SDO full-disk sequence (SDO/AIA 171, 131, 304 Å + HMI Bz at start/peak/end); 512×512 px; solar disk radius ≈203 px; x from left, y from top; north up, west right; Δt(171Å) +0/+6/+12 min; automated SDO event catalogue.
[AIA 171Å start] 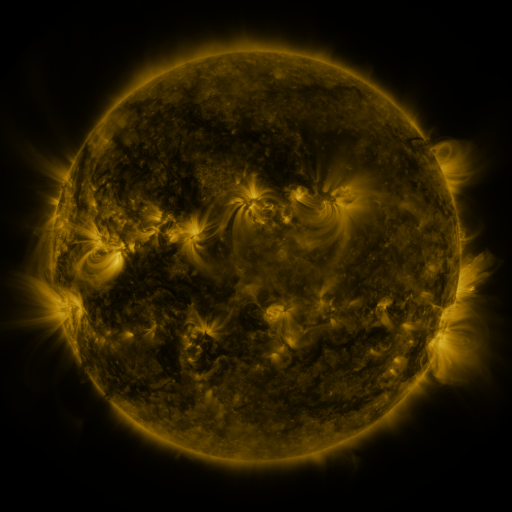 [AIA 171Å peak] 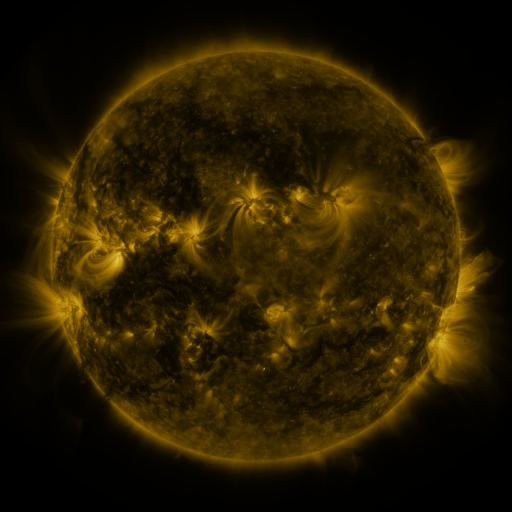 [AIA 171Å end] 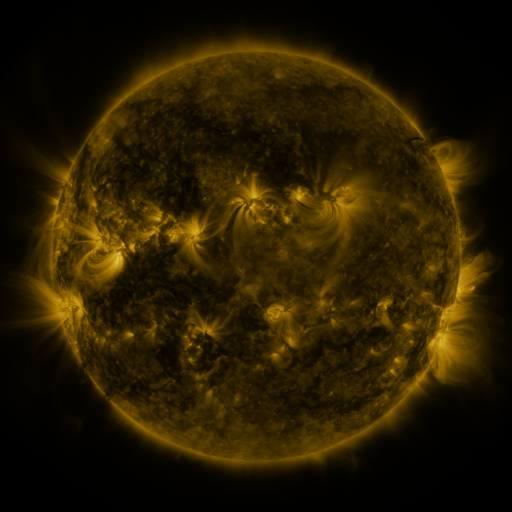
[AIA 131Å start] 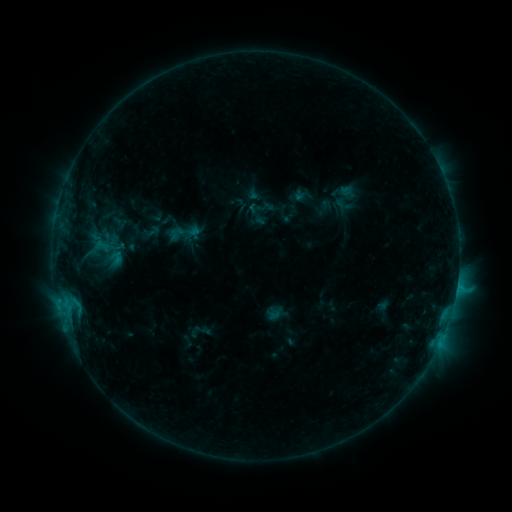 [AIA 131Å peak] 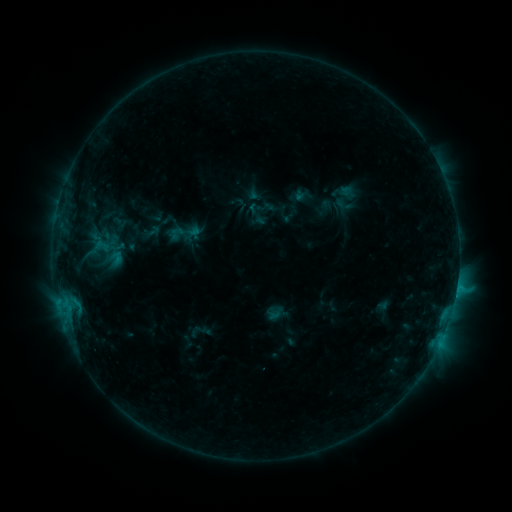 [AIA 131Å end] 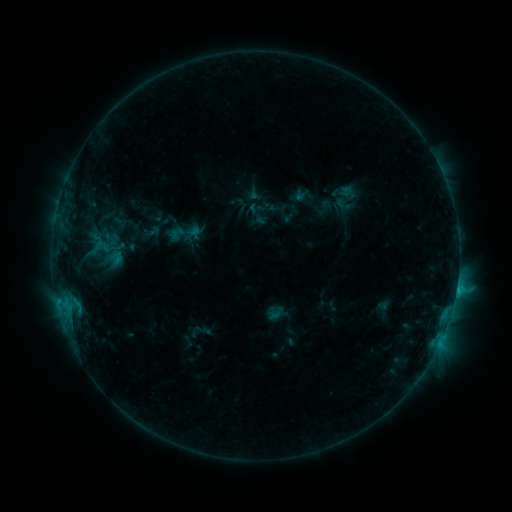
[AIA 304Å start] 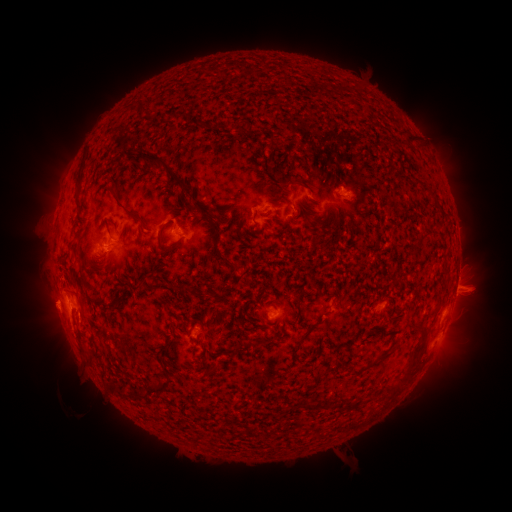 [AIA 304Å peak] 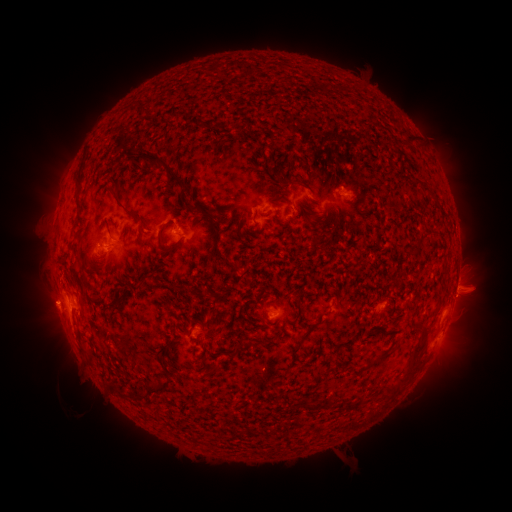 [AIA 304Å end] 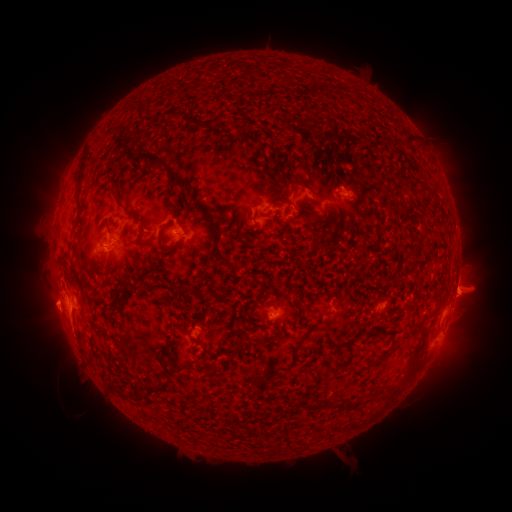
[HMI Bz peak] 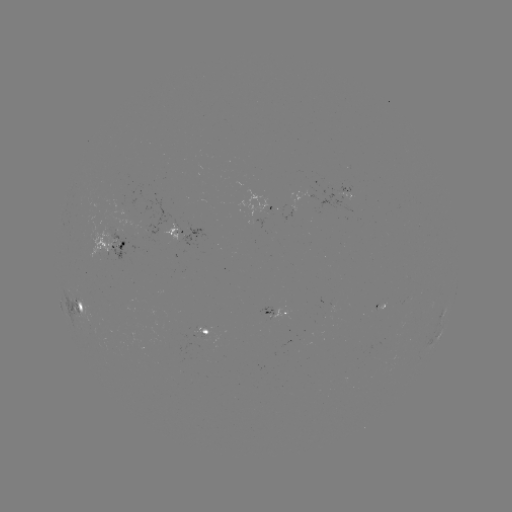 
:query eruption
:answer (463, 290)